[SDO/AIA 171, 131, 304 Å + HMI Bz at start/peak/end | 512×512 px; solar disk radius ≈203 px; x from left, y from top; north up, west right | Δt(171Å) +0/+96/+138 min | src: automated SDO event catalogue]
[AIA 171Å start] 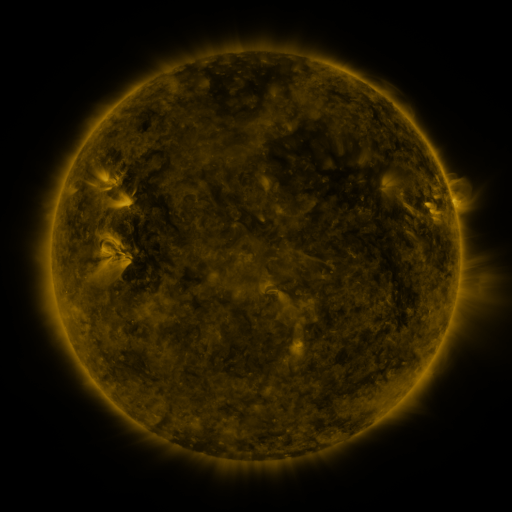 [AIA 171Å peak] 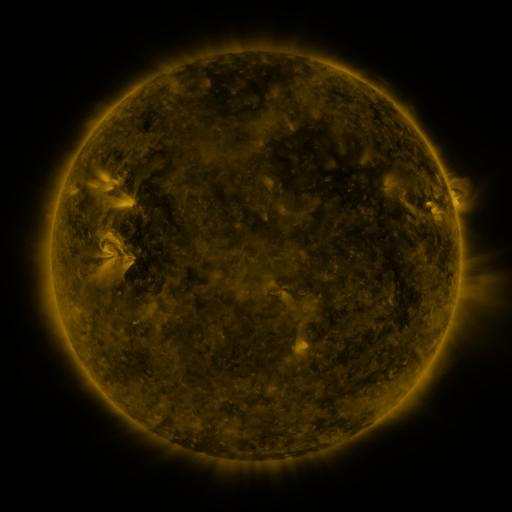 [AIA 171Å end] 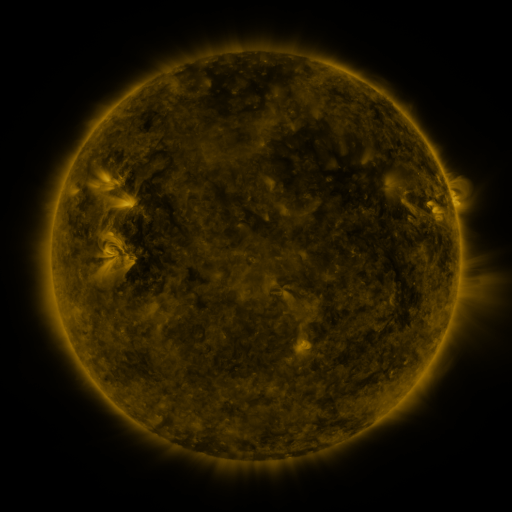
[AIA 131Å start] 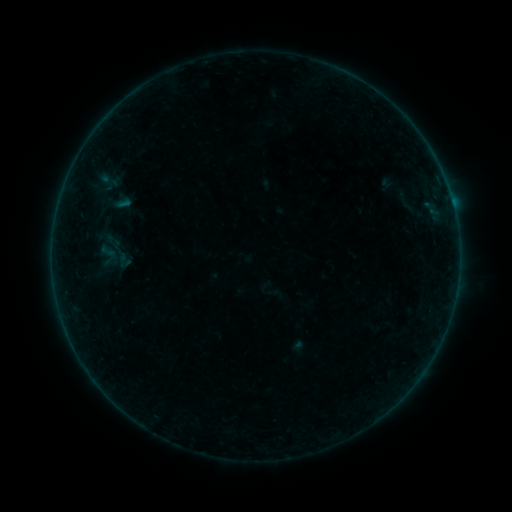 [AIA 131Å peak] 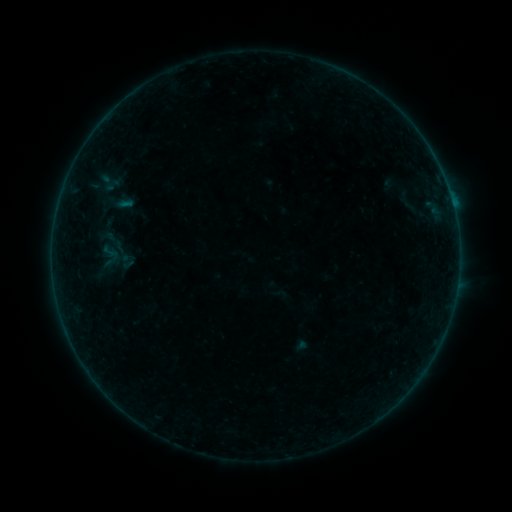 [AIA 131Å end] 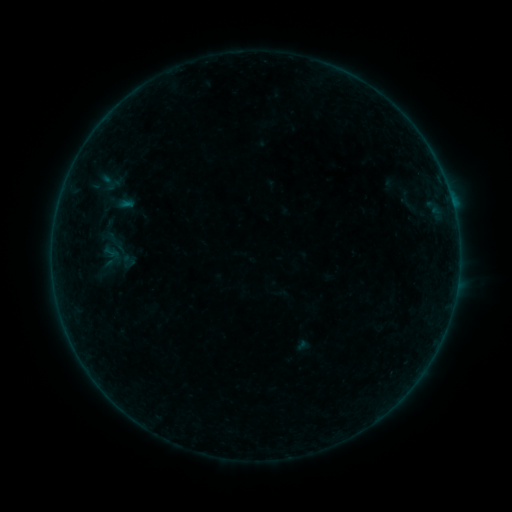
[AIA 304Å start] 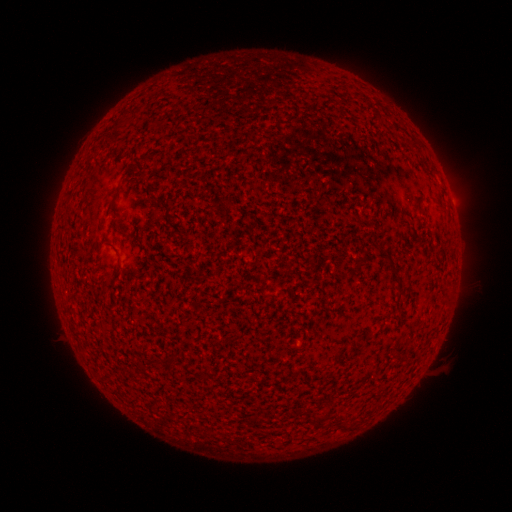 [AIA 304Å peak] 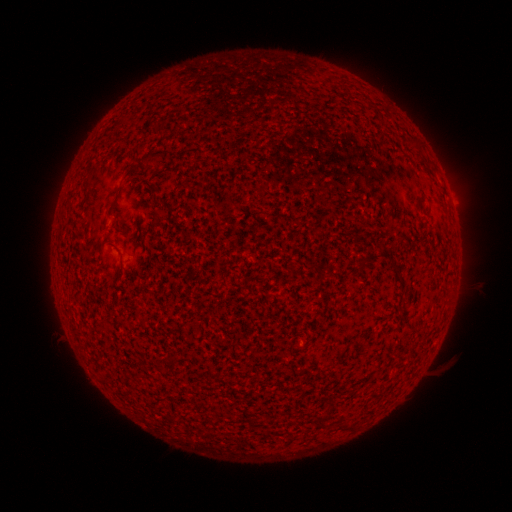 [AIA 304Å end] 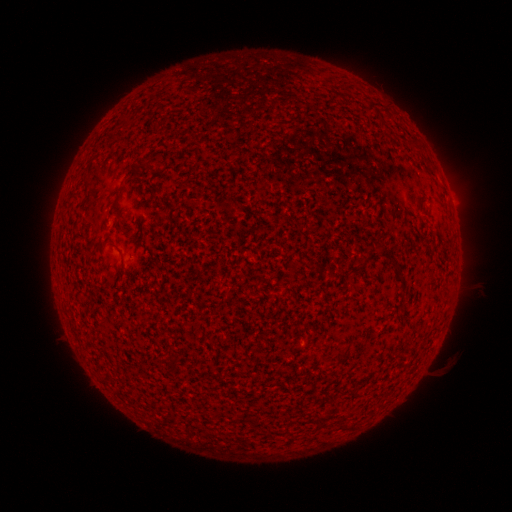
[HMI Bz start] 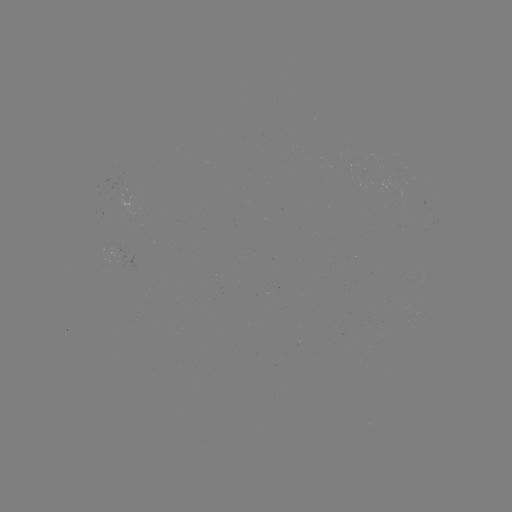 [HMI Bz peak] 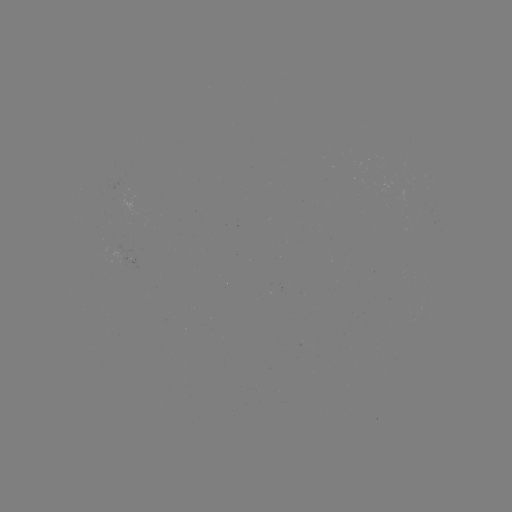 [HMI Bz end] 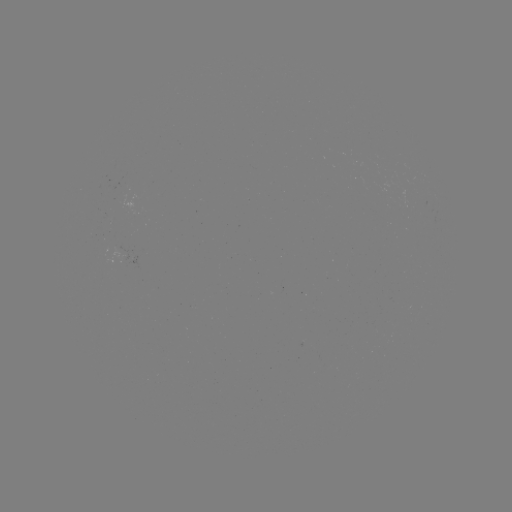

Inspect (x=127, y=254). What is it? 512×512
emerging-flux region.